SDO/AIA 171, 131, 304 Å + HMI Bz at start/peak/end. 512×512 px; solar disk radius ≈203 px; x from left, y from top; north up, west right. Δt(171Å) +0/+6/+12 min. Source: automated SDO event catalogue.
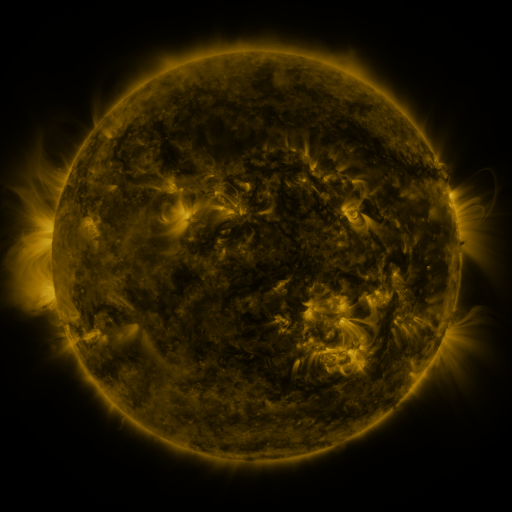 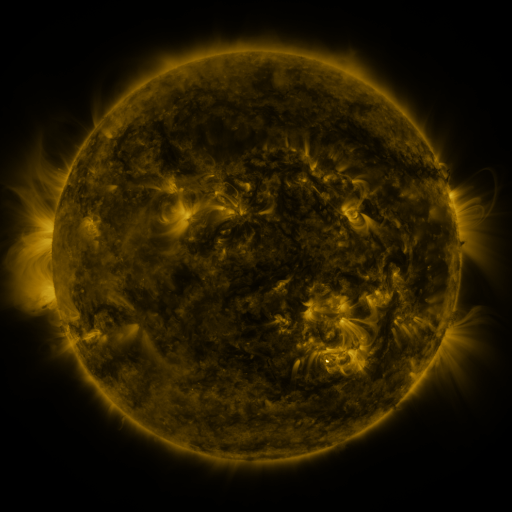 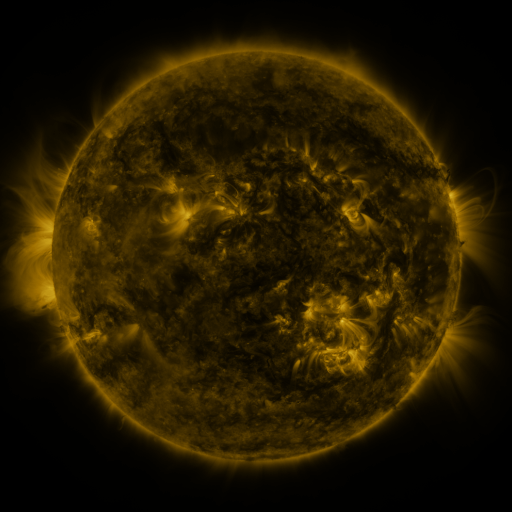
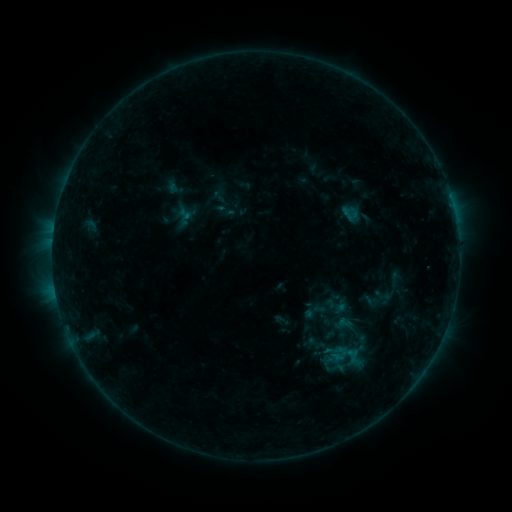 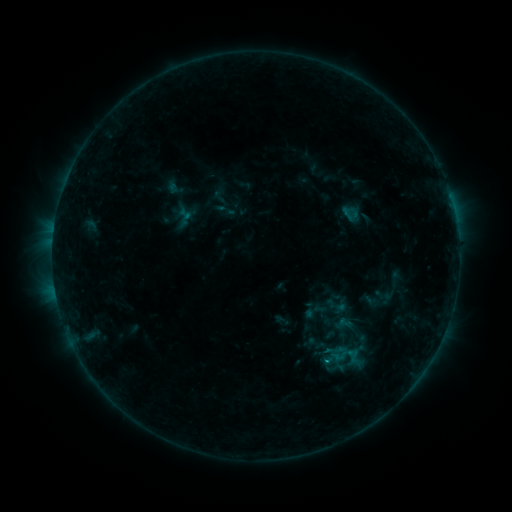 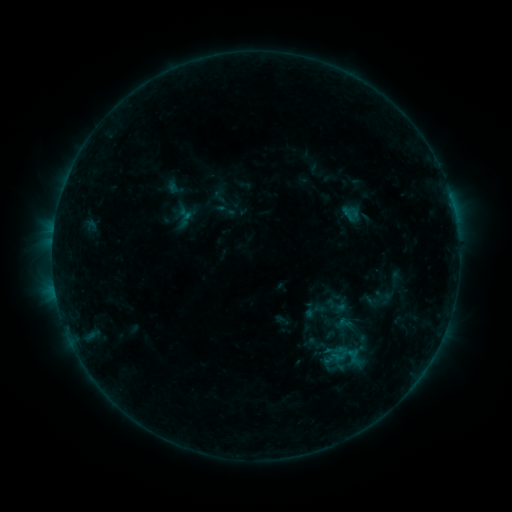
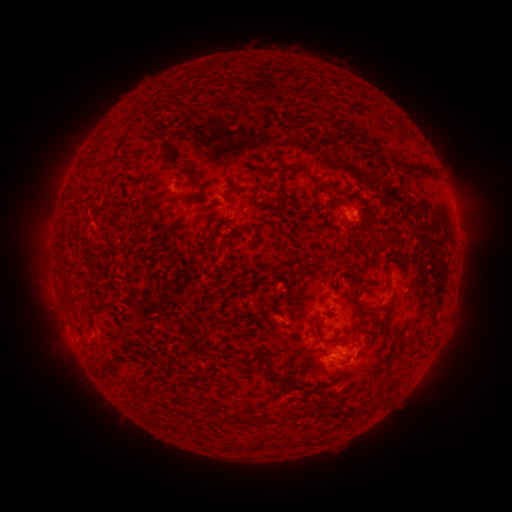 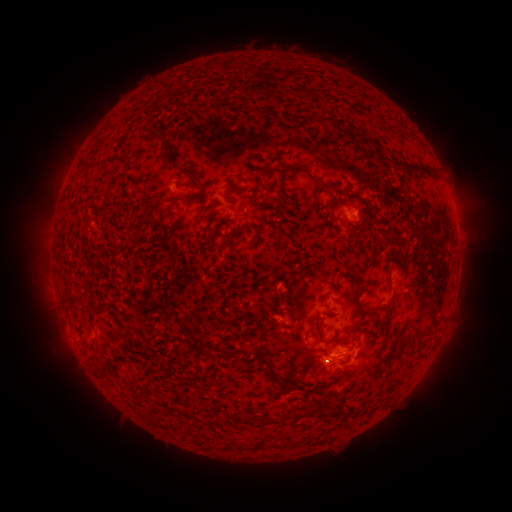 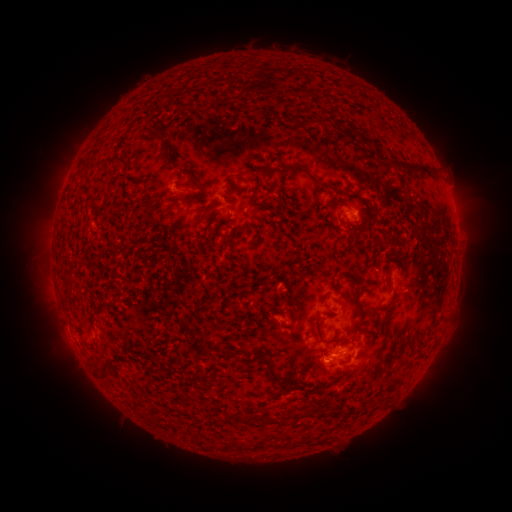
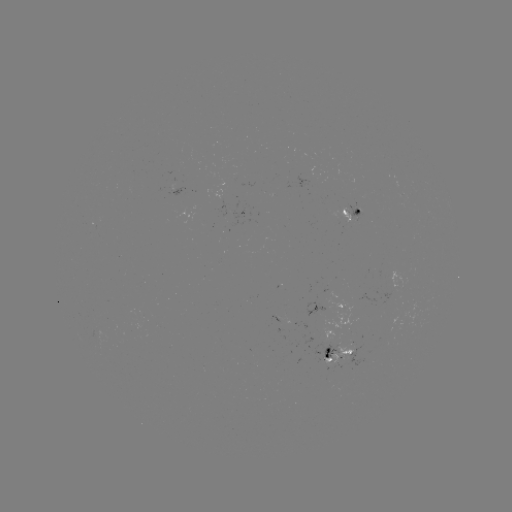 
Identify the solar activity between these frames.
B4.4 flare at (327, 359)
